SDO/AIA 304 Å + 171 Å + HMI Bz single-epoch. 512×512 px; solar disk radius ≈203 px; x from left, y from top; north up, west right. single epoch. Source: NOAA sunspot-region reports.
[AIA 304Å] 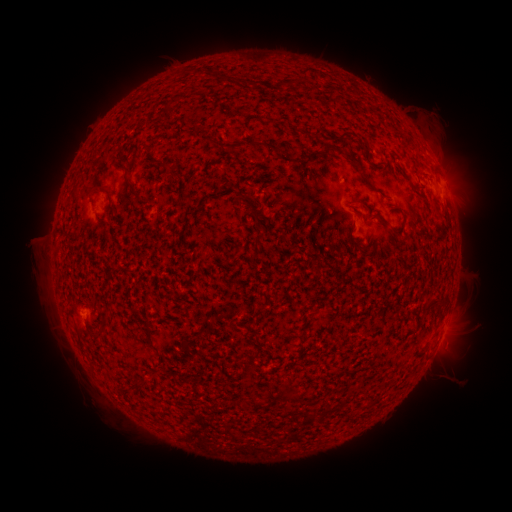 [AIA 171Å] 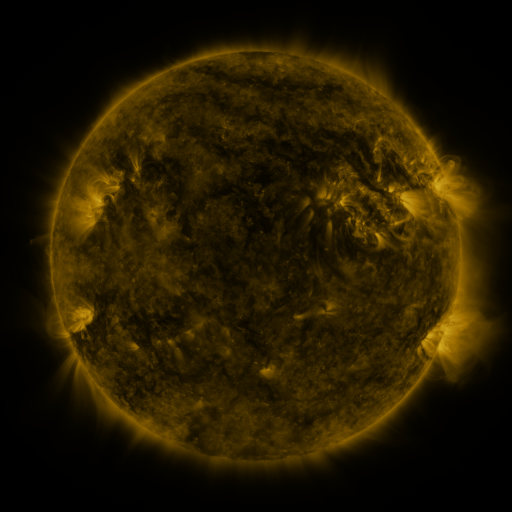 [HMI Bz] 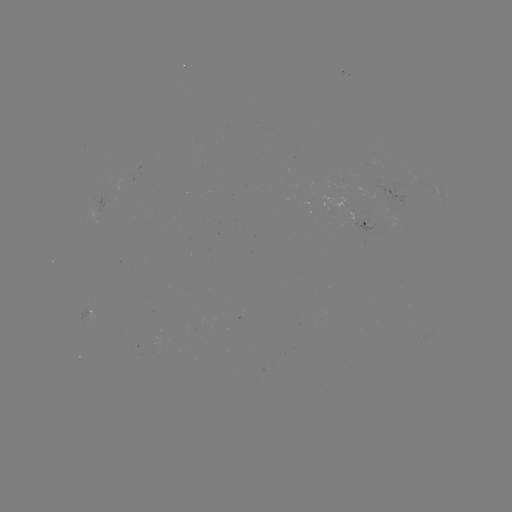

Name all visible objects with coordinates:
spotted active region: (447, 196)
spotted active region: (365, 225)
spotted active region: (88, 312)
spotted active region: (441, 325)
